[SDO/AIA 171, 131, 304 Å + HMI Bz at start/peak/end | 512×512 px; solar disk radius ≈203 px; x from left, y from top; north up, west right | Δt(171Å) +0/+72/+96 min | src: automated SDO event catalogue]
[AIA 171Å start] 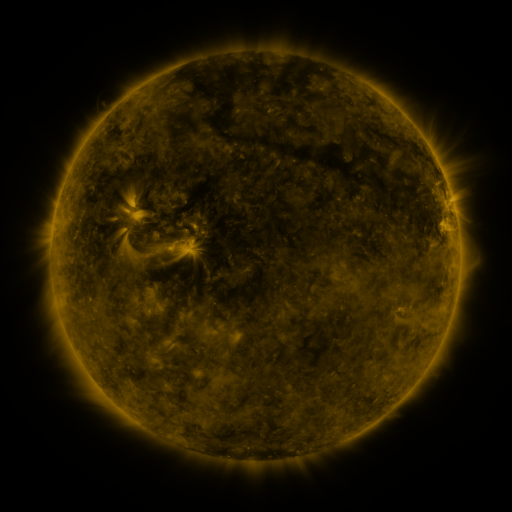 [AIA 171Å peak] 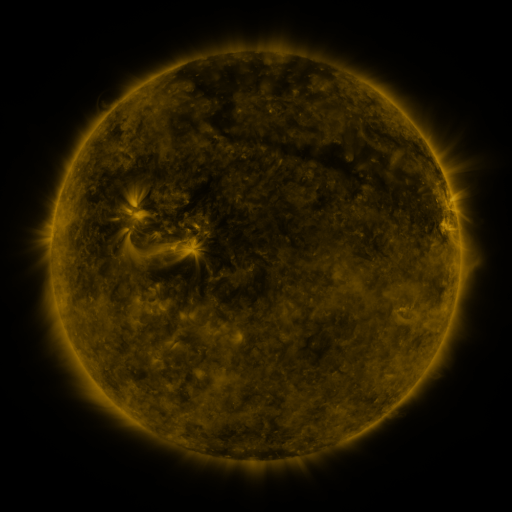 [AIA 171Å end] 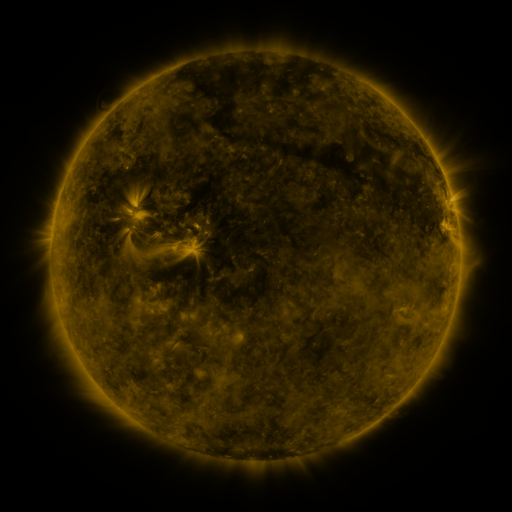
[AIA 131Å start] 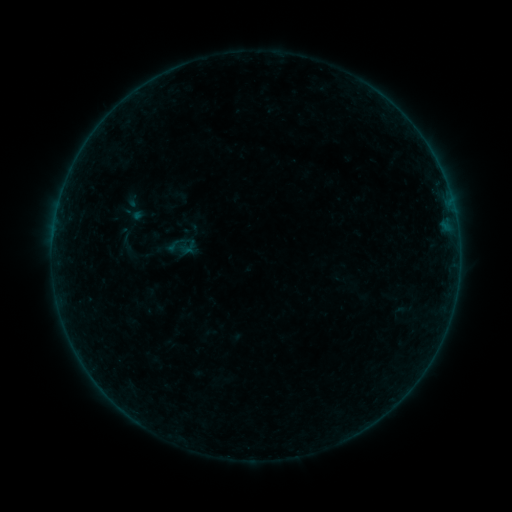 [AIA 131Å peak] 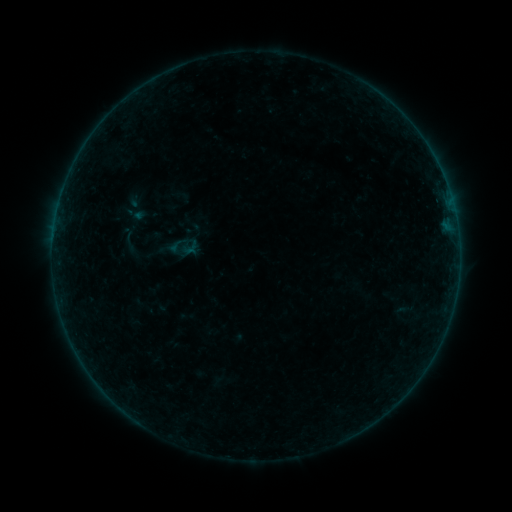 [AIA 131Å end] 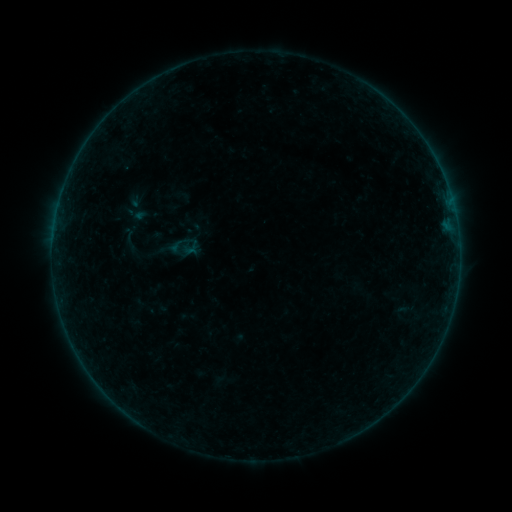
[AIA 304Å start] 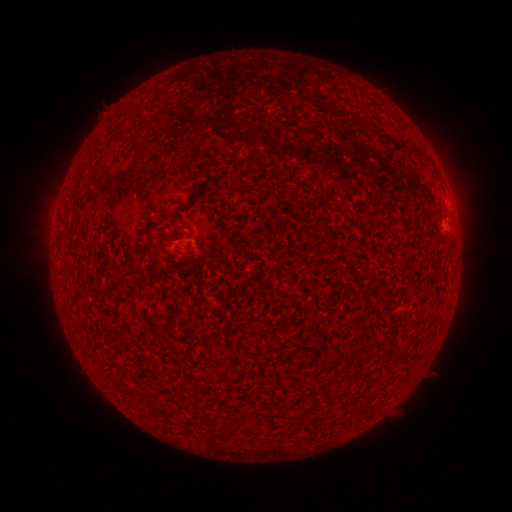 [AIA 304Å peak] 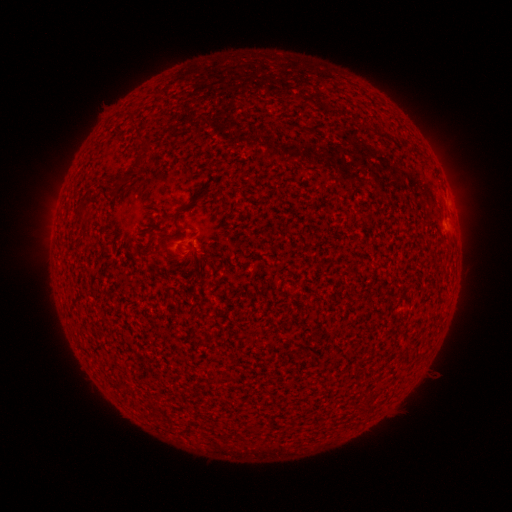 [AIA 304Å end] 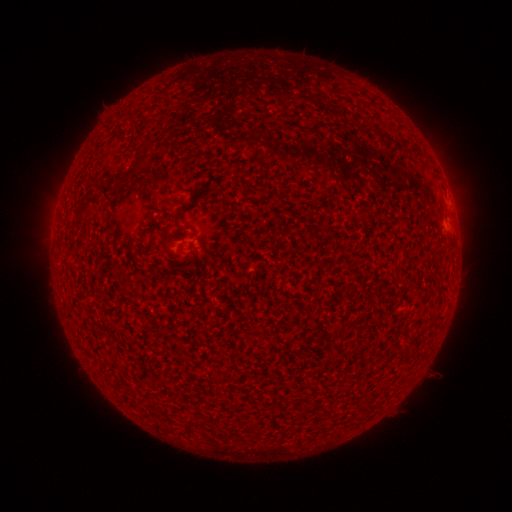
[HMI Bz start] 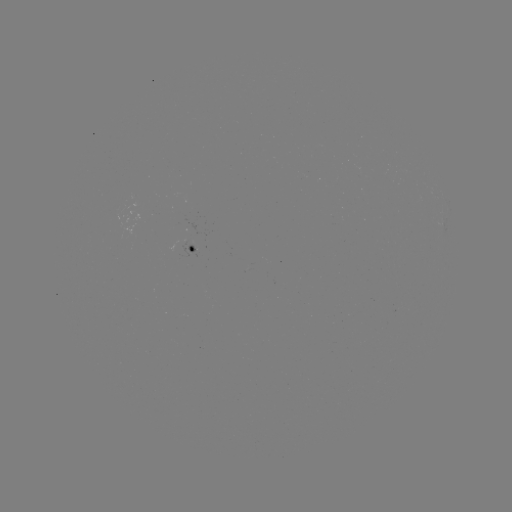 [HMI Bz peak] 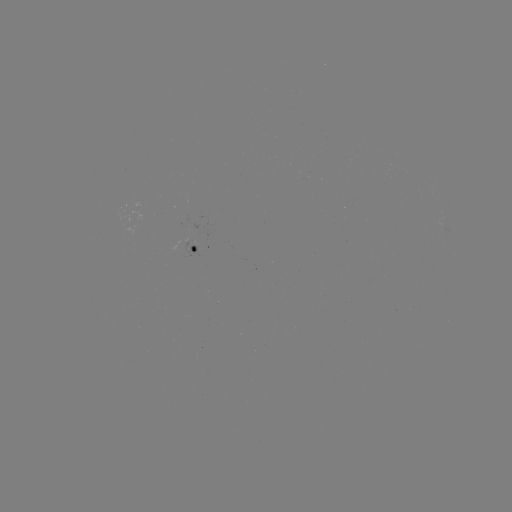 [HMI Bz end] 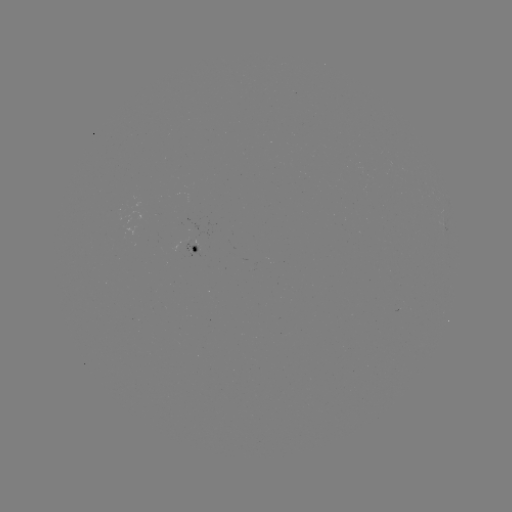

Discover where emerging-flux region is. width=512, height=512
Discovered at (190, 243).